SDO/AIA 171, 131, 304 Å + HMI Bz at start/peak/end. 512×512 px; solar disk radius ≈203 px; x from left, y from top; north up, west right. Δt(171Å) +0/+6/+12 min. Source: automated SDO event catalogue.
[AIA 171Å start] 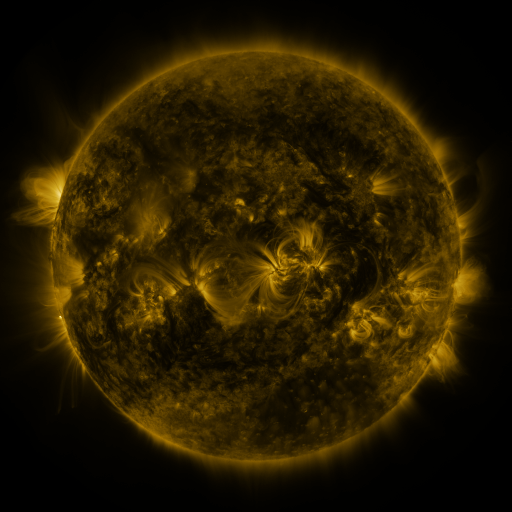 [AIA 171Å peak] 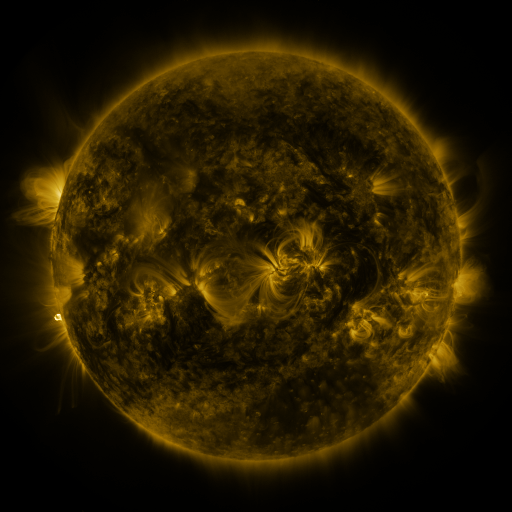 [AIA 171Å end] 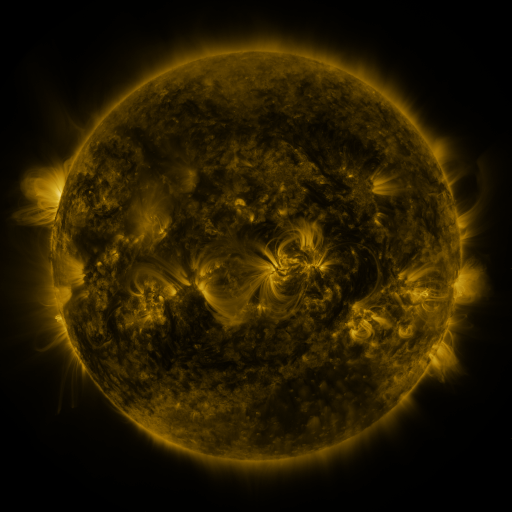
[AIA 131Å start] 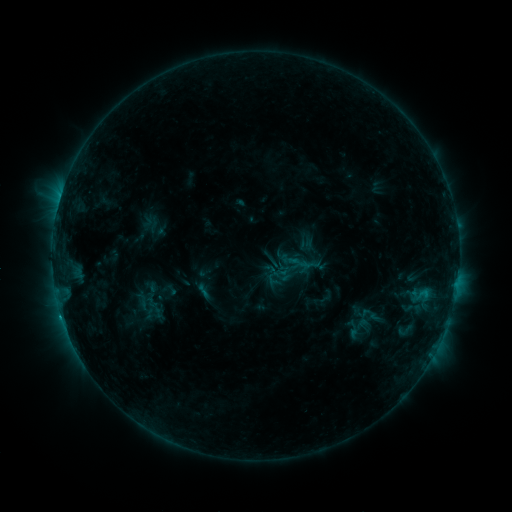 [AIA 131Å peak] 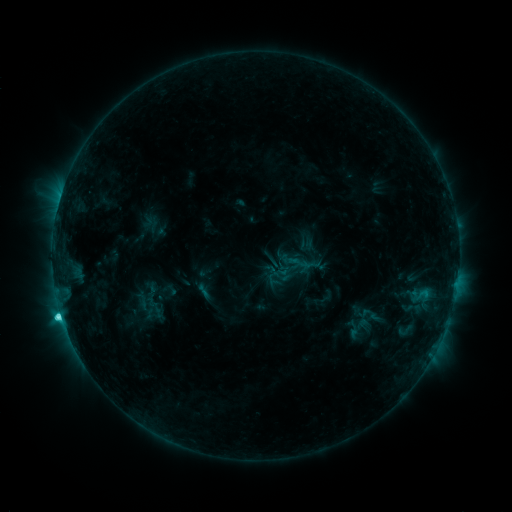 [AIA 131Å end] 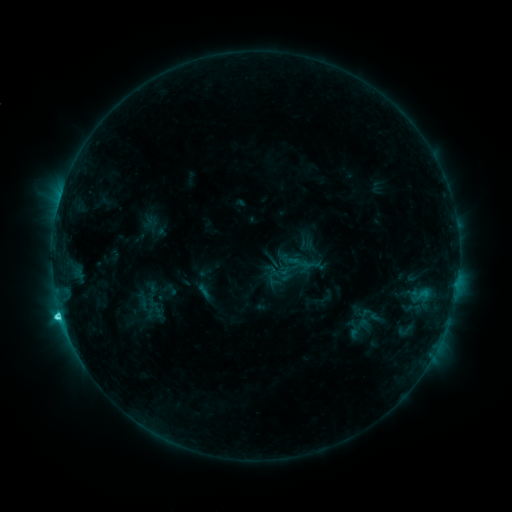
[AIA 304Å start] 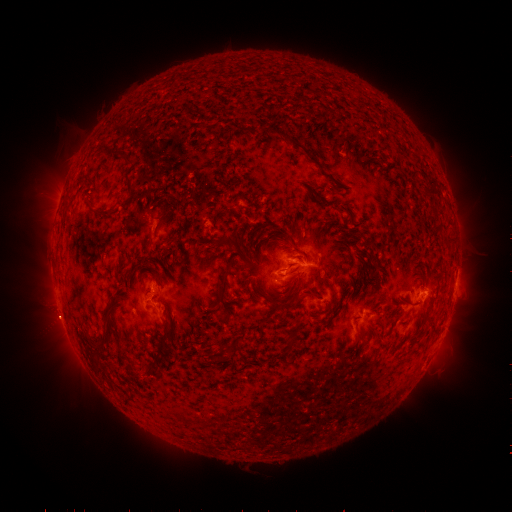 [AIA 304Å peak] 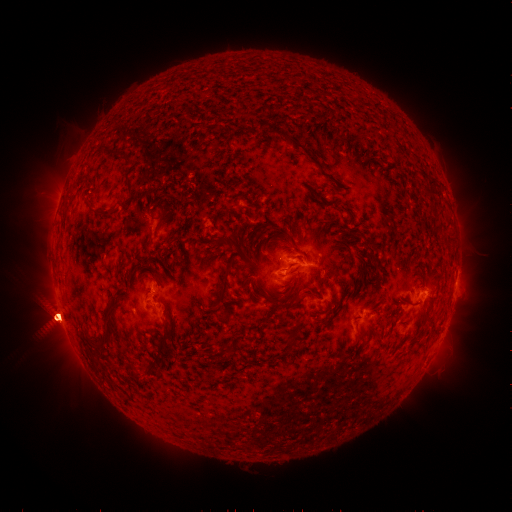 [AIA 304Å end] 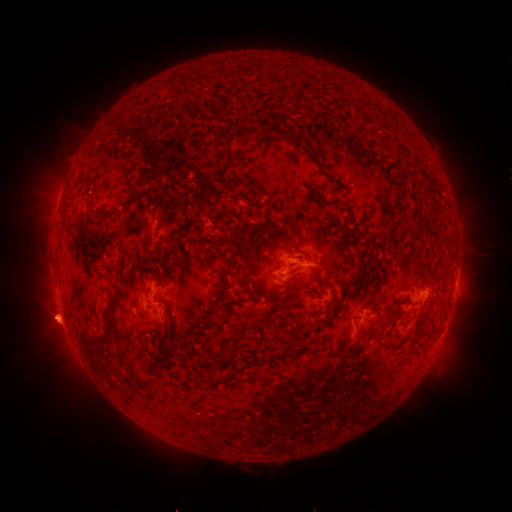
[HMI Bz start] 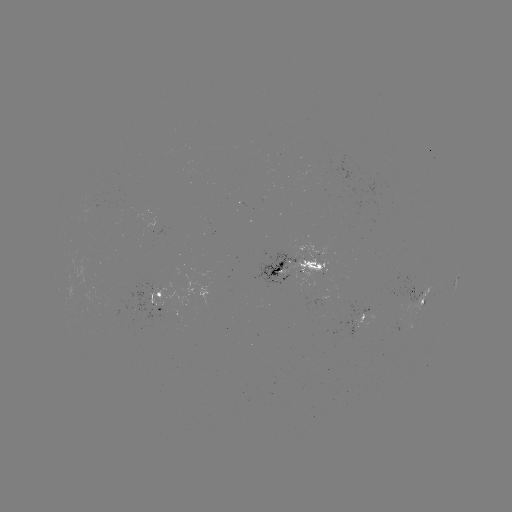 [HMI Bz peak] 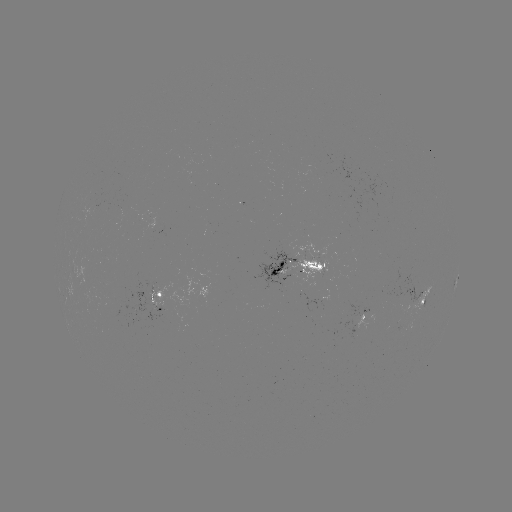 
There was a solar flare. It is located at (61, 315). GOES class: C3.9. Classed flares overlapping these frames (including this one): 1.